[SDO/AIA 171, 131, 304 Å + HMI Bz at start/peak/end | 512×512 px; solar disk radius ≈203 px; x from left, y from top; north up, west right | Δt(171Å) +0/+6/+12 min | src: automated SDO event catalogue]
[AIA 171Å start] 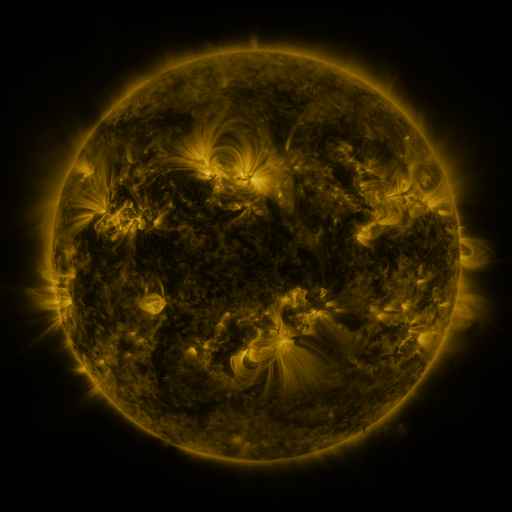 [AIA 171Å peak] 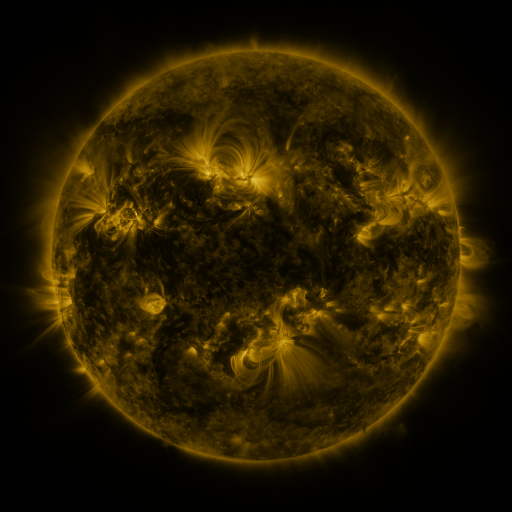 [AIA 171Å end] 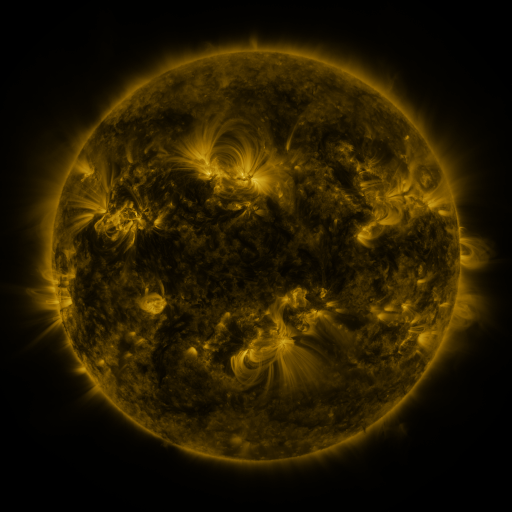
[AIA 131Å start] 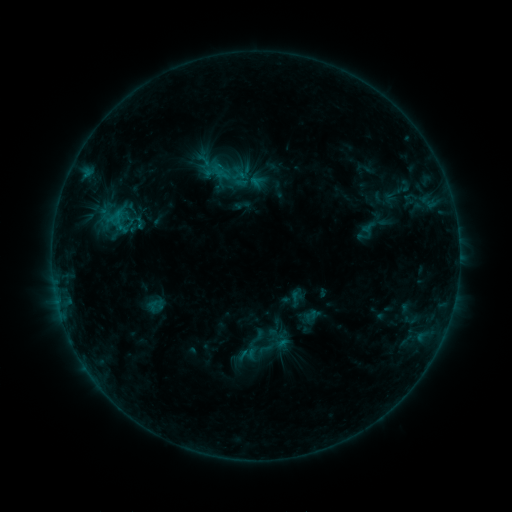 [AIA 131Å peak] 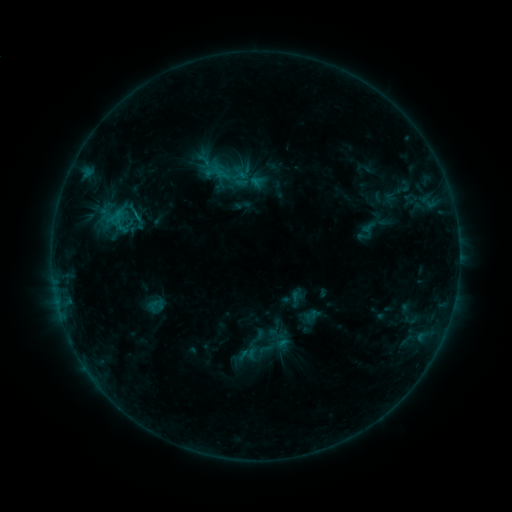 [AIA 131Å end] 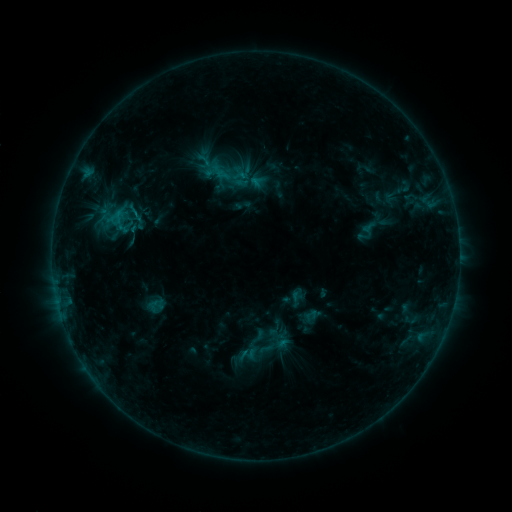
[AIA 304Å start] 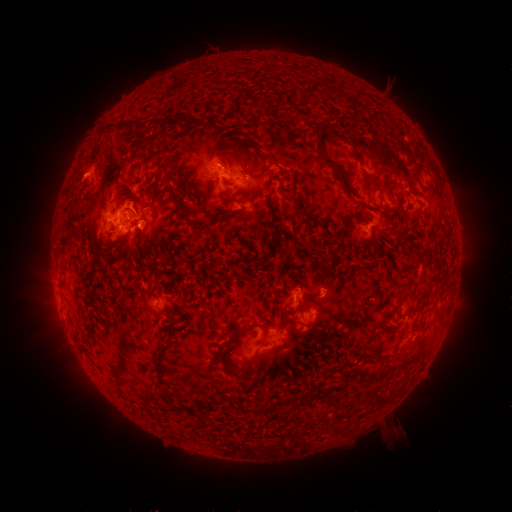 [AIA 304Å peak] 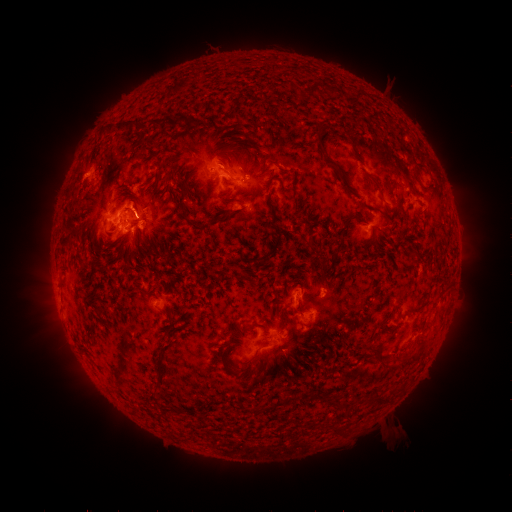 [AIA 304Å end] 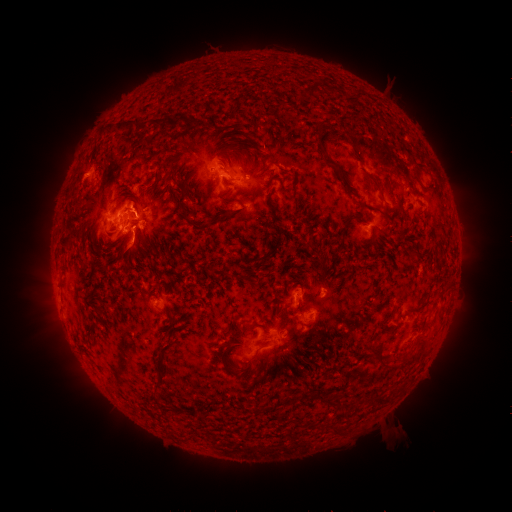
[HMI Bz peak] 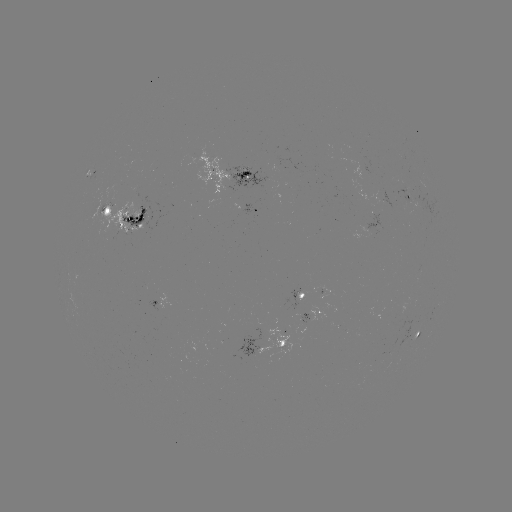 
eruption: [113, 231, 159, 275]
